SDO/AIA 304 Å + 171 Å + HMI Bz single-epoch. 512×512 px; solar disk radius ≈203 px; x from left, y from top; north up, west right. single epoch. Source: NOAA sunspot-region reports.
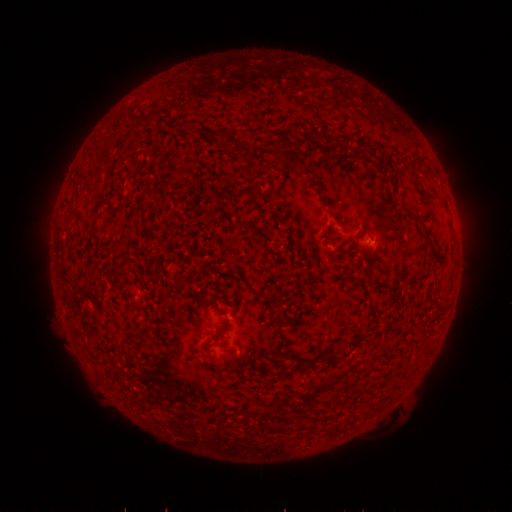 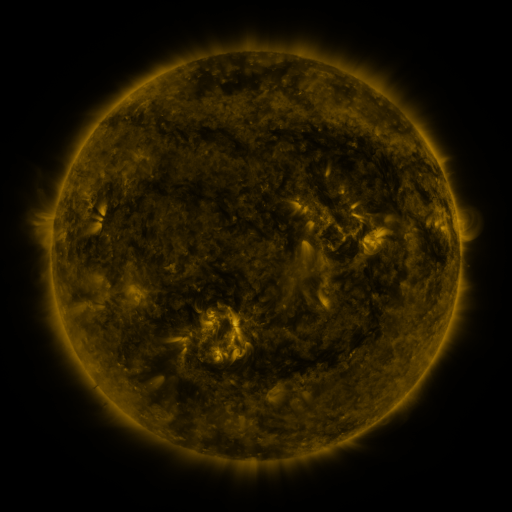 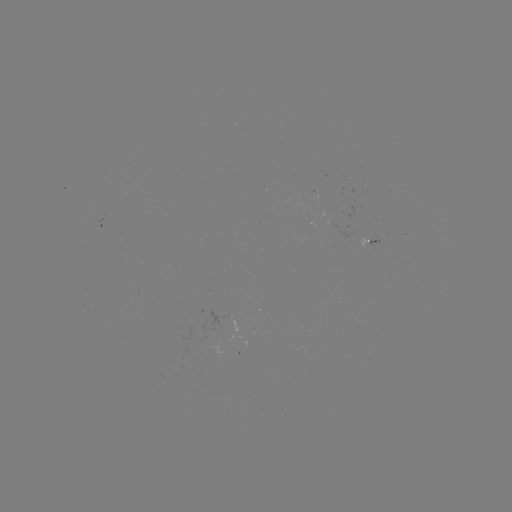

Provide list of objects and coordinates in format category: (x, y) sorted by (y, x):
spotted active region: (102, 226)
spotted active region: (368, 239)
